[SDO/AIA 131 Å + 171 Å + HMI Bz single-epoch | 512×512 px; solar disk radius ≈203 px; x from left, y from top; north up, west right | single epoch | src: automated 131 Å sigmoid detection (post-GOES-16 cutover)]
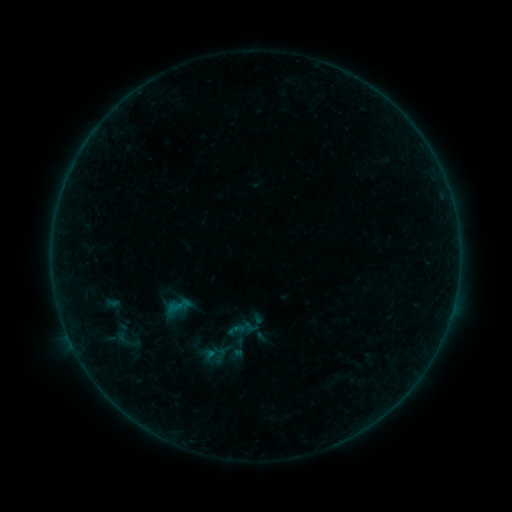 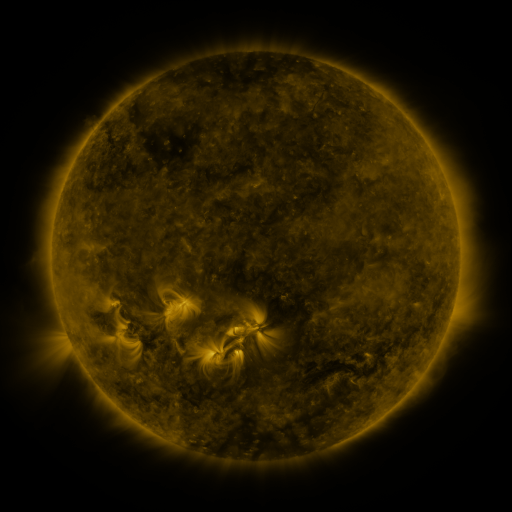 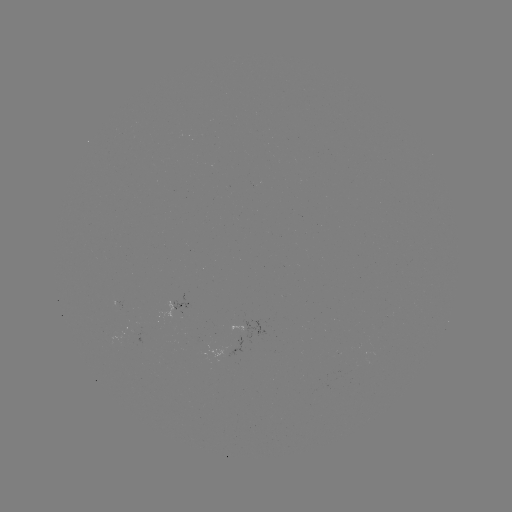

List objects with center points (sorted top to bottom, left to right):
sigmoid: (103, 324, 147, 351)
